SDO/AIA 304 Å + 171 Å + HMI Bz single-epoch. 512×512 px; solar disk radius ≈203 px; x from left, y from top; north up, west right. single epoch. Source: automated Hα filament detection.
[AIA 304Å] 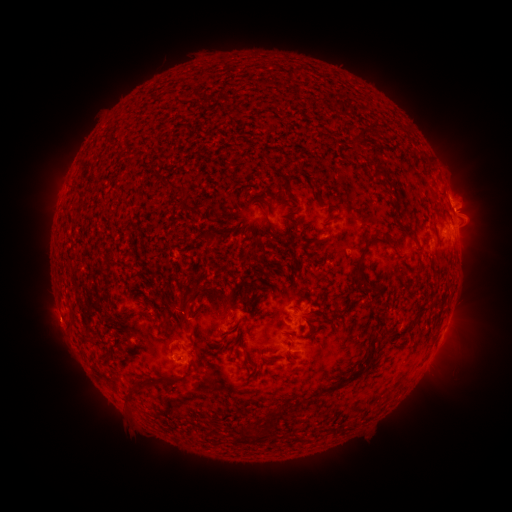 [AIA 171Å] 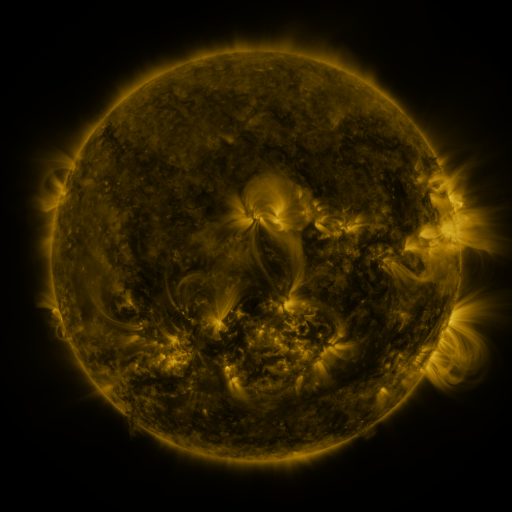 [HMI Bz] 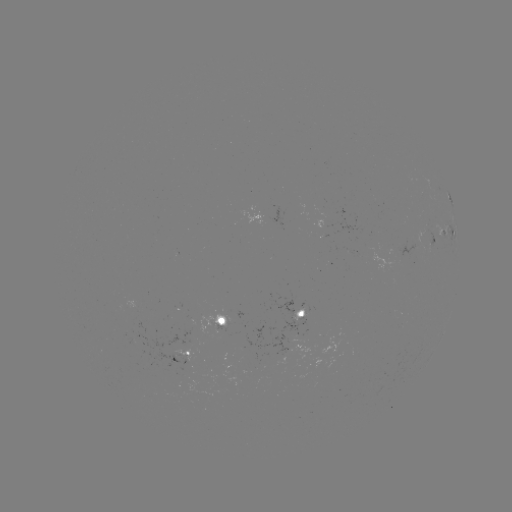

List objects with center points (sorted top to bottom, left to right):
filament: (364, 136)
filament: (380, 174)
filament: (174, 184)
filament: (190, 208)
filament: (405, 230)
filament: (385, 235)
filament: (360, 266)
filament: (367, 291)
filament: (189, 297)
filament: (323, 306)
filament: (420, 316)
filament: (290, 334)
filament: (87, 339)
filament: (363, 363)
filament: (186, 372)
filament: (140, 384)
